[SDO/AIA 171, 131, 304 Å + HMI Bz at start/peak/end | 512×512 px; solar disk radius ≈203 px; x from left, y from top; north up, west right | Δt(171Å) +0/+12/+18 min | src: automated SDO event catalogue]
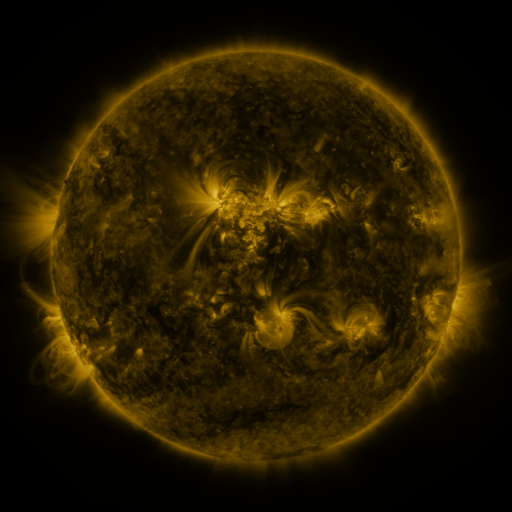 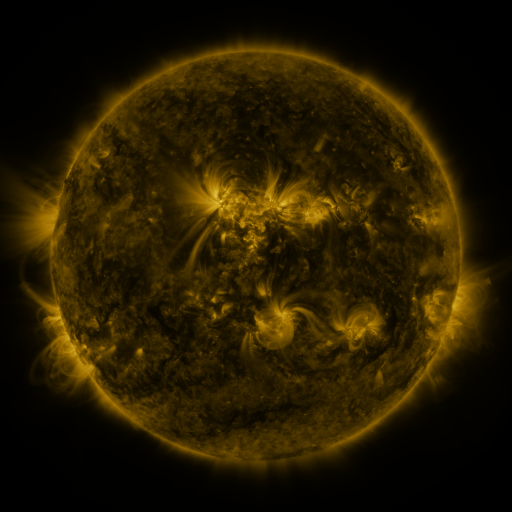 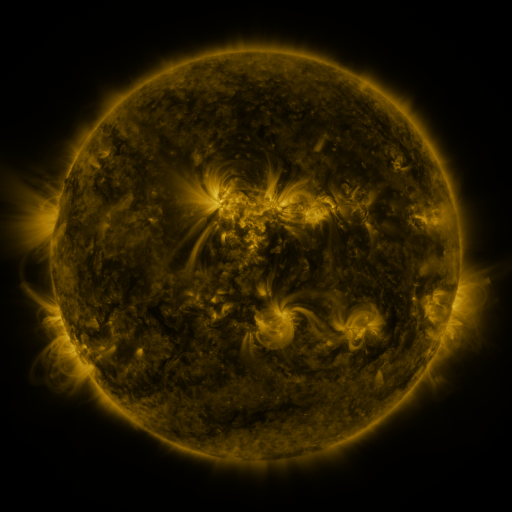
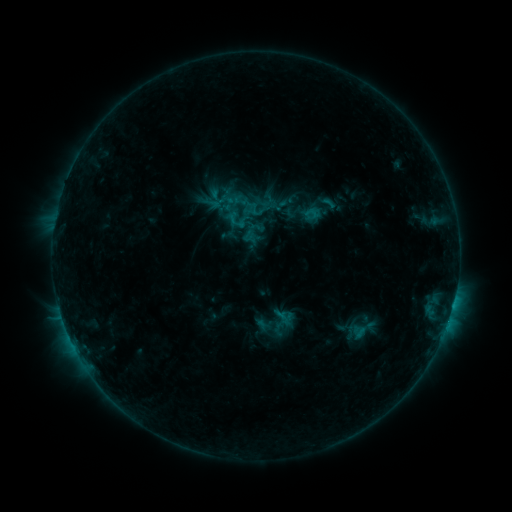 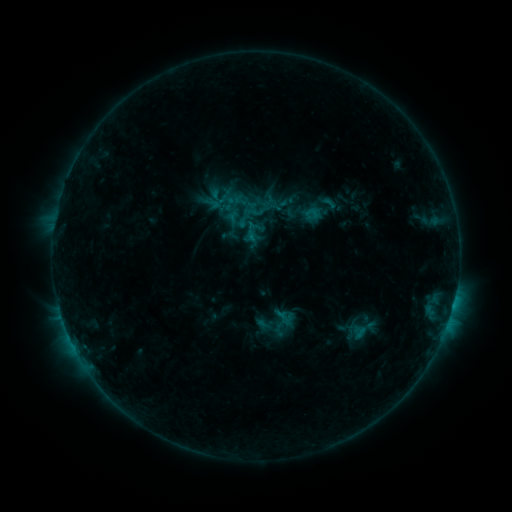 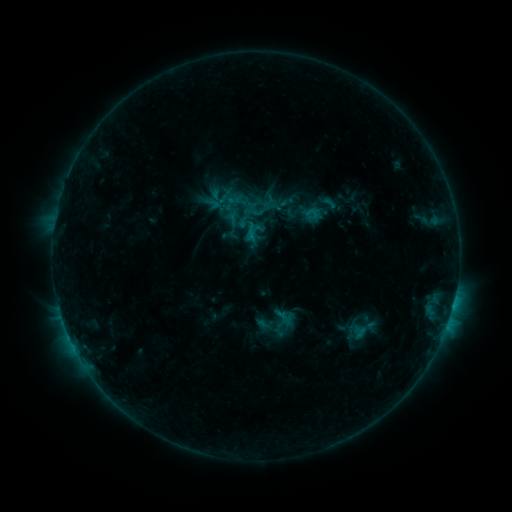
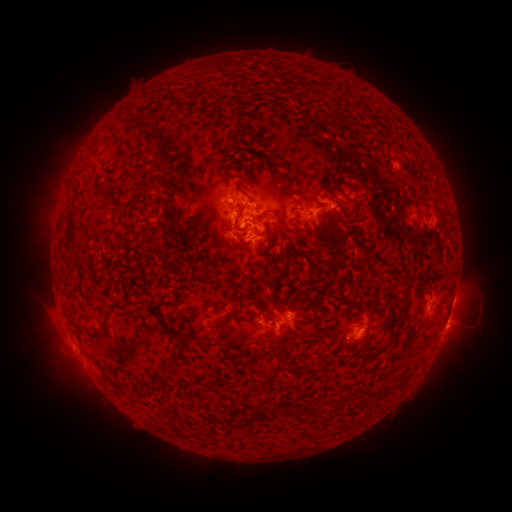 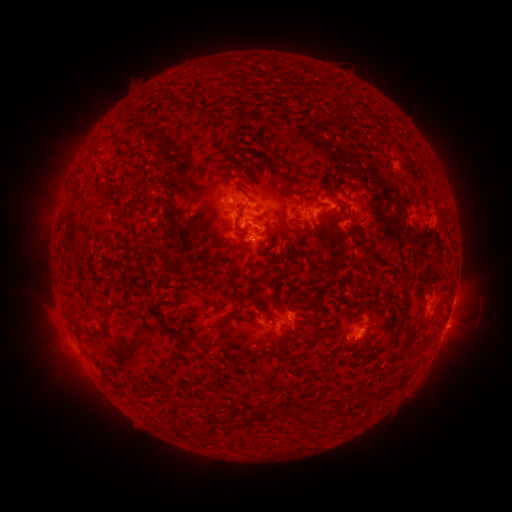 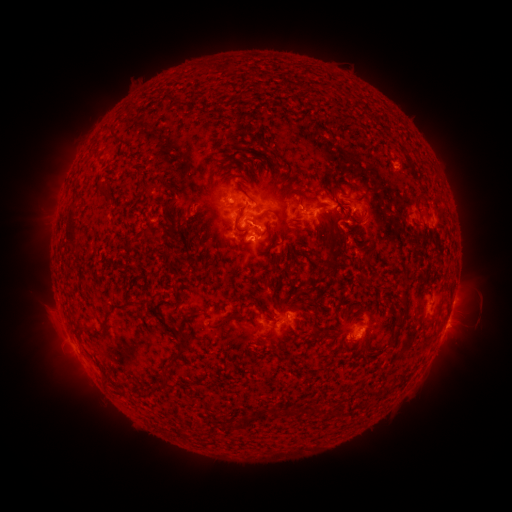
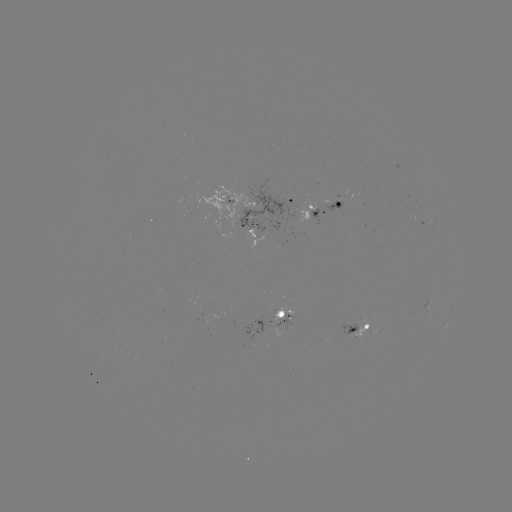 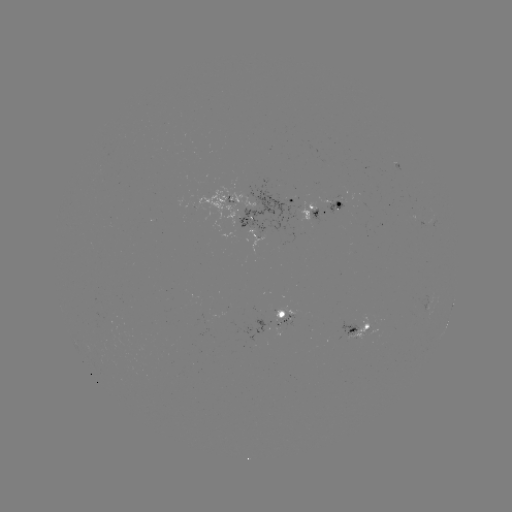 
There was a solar eruption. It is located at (378, 216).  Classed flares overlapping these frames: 1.